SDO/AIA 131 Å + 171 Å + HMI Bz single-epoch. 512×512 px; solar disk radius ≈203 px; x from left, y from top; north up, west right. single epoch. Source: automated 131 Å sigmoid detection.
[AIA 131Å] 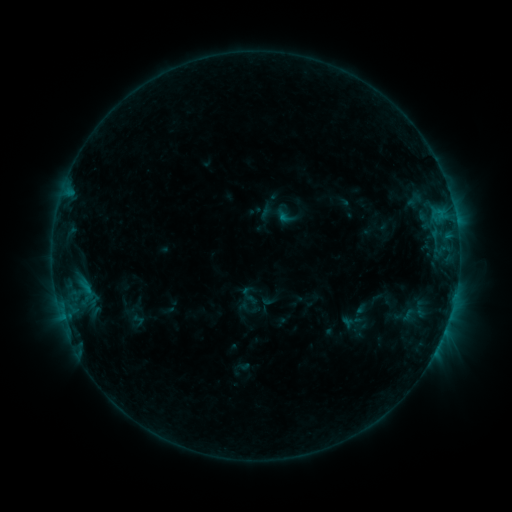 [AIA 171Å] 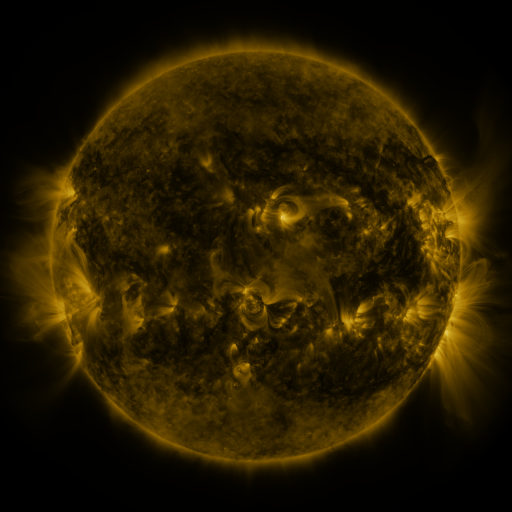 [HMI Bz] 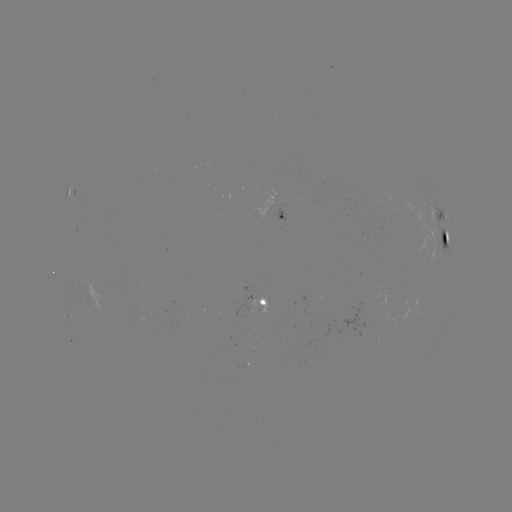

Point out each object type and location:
sigmoid: <bbox>238, 285, 260, 306</bbox>
